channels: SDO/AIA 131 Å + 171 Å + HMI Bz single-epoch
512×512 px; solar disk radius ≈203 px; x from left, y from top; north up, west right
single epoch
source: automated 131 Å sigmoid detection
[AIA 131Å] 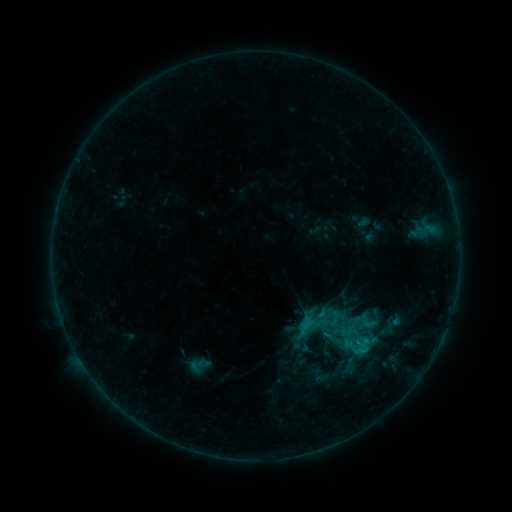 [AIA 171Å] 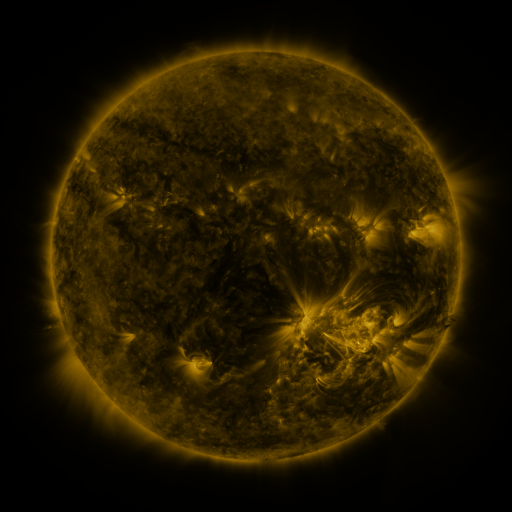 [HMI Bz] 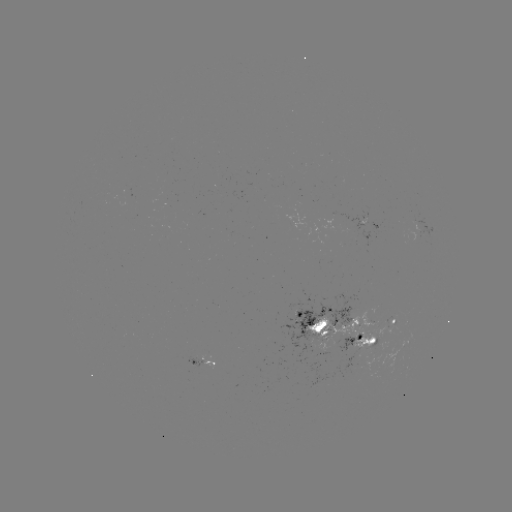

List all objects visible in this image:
sigmoid: (320, 323)
sigmoid: (356, 349)
